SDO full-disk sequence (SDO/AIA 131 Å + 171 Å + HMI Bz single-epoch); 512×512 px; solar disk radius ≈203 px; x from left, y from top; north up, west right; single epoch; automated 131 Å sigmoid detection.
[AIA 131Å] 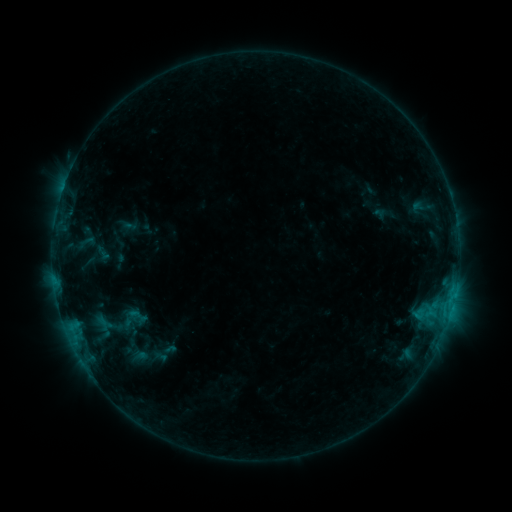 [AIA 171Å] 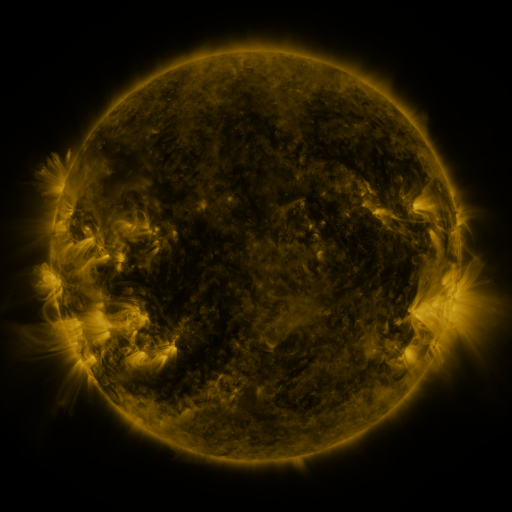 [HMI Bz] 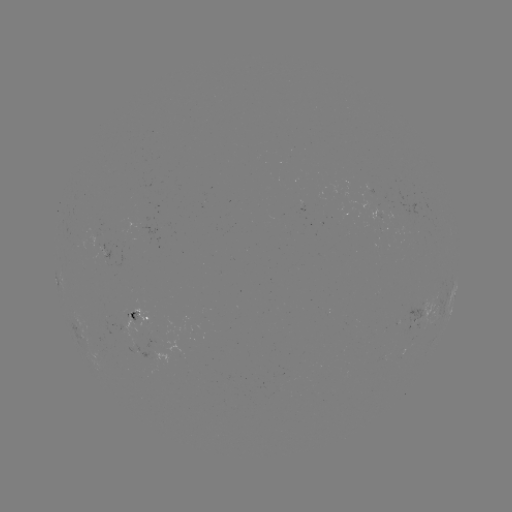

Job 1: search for sigmoid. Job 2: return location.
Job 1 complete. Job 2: [136, 316].